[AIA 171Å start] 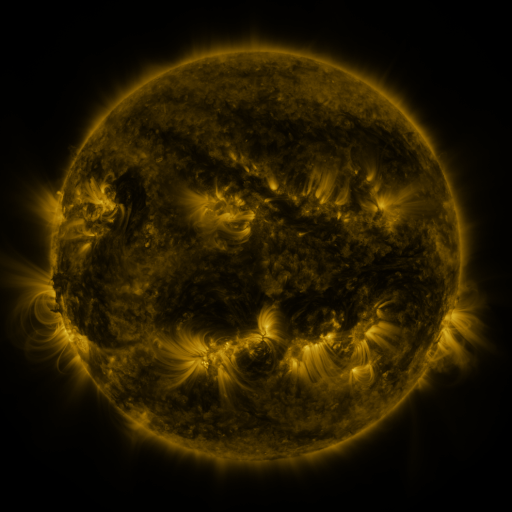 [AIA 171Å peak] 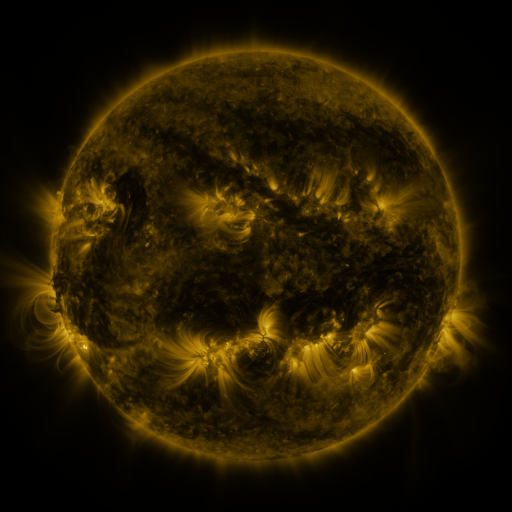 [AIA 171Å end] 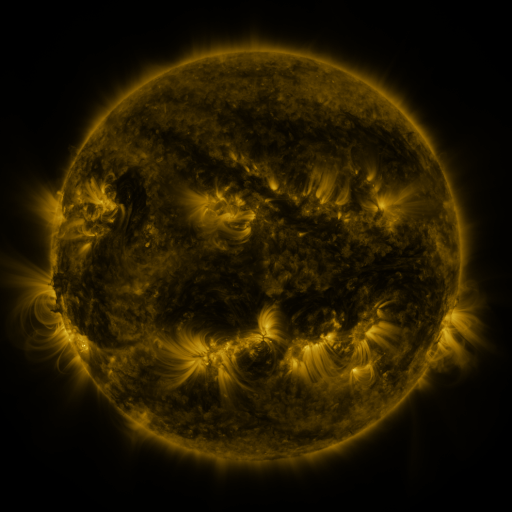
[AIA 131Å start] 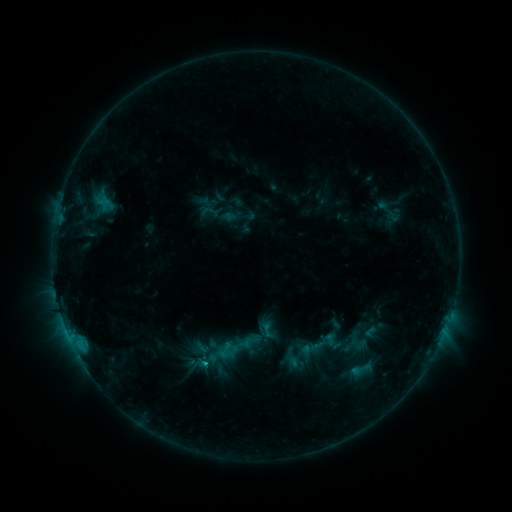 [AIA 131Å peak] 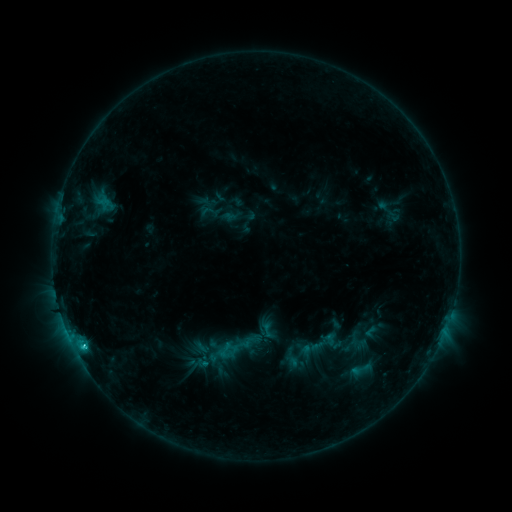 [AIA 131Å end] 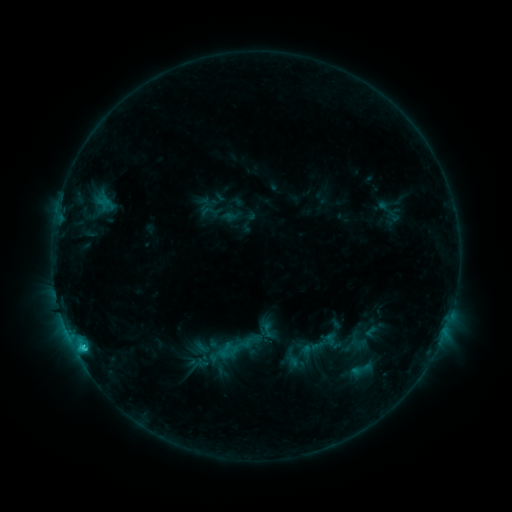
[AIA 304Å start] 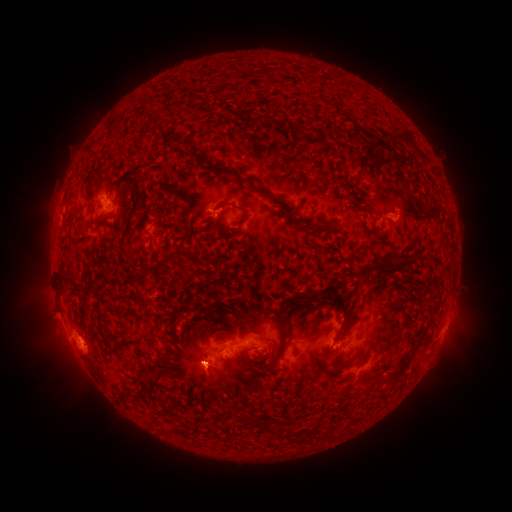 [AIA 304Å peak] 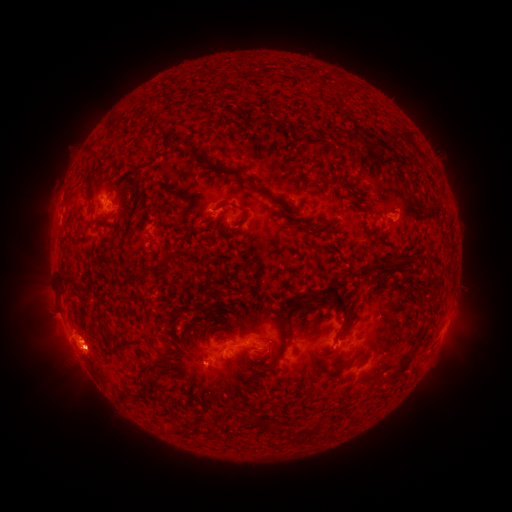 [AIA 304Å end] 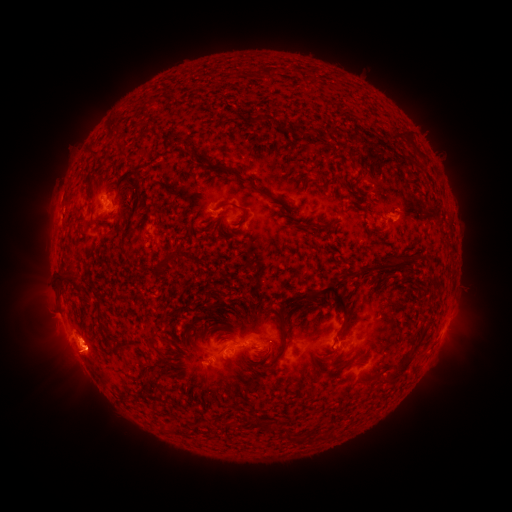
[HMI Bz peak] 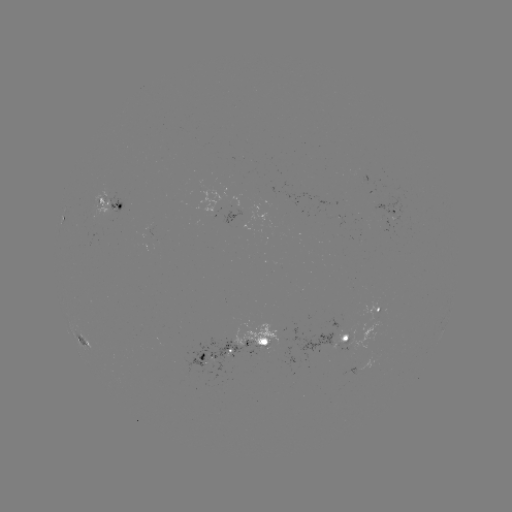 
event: eruption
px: (87, 361)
